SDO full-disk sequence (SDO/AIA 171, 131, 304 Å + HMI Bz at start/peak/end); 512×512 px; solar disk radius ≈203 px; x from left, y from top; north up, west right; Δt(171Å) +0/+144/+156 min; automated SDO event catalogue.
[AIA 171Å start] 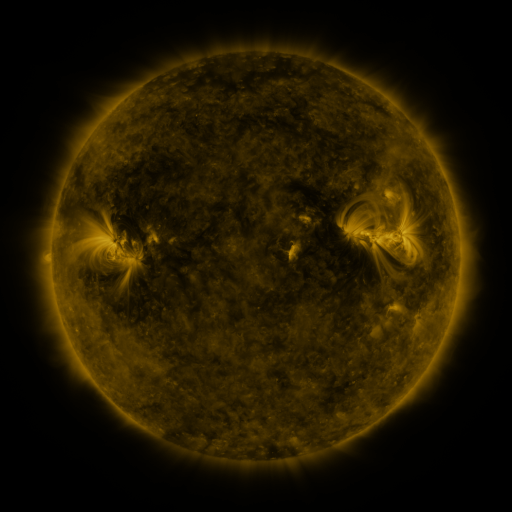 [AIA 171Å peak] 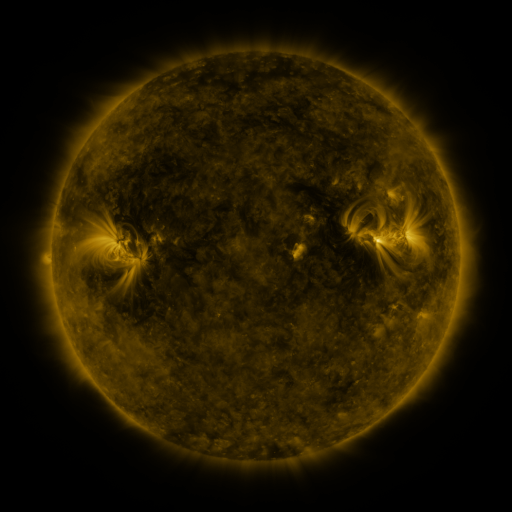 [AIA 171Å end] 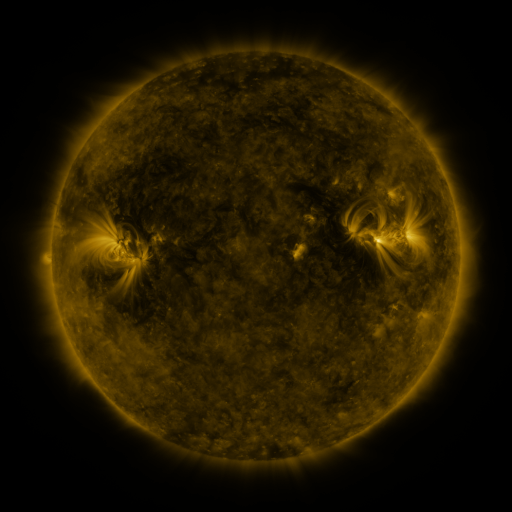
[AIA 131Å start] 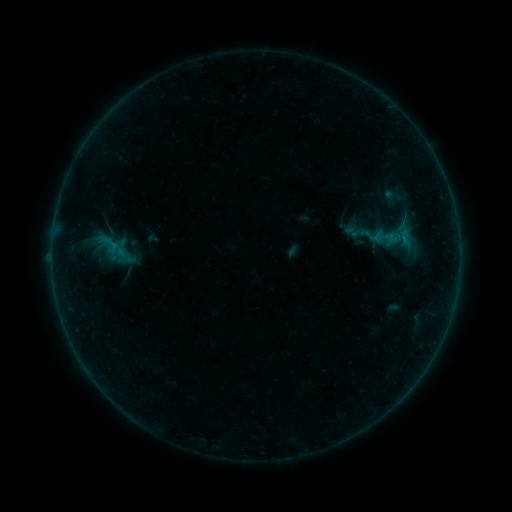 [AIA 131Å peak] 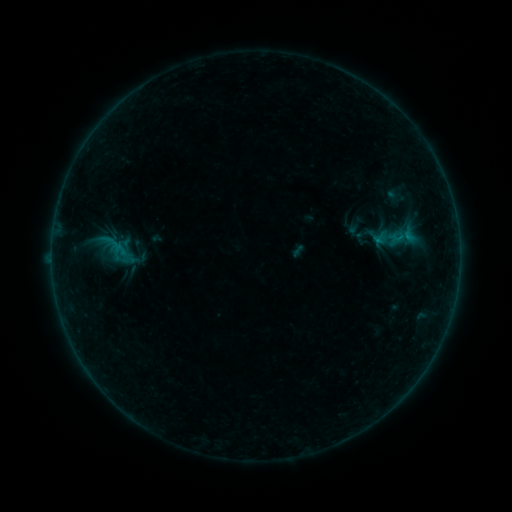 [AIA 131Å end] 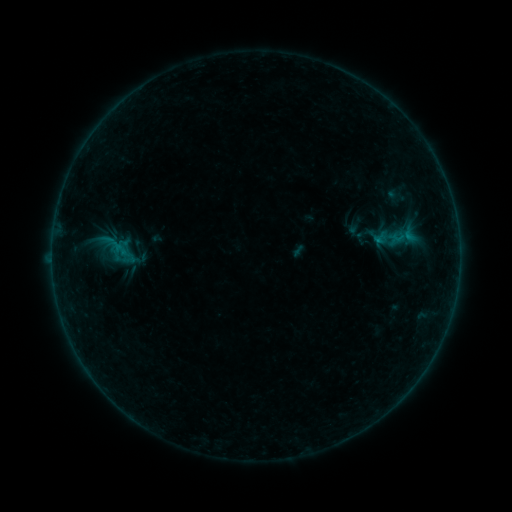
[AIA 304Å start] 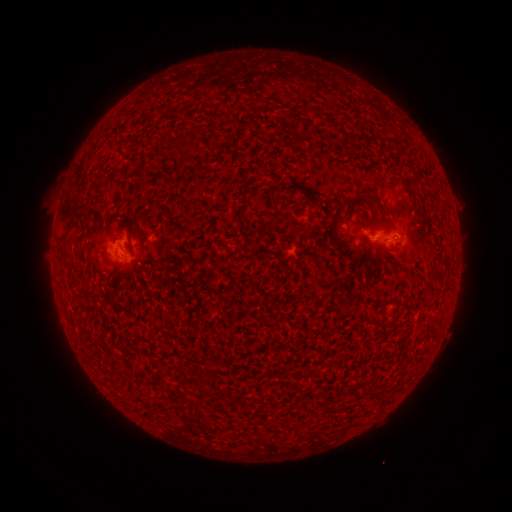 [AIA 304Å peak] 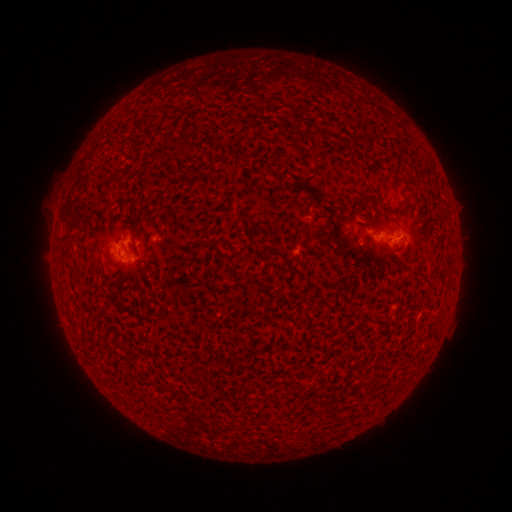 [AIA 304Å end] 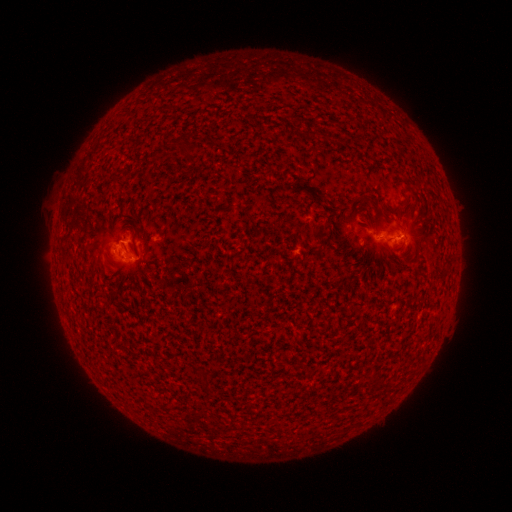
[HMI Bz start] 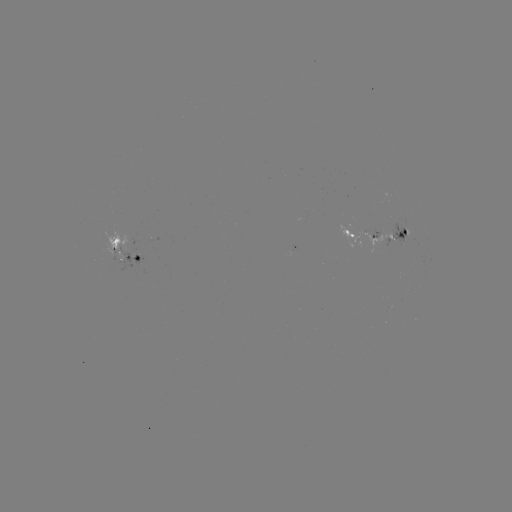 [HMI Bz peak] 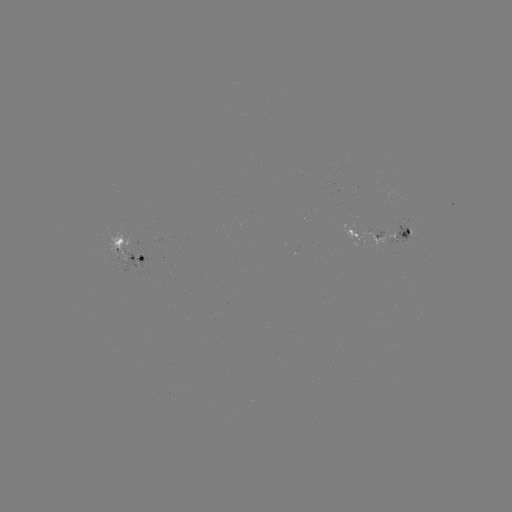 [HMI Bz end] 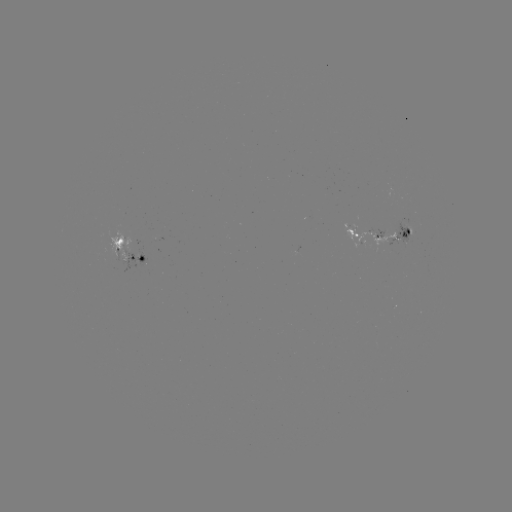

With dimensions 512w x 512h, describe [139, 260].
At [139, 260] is emerging-flux region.